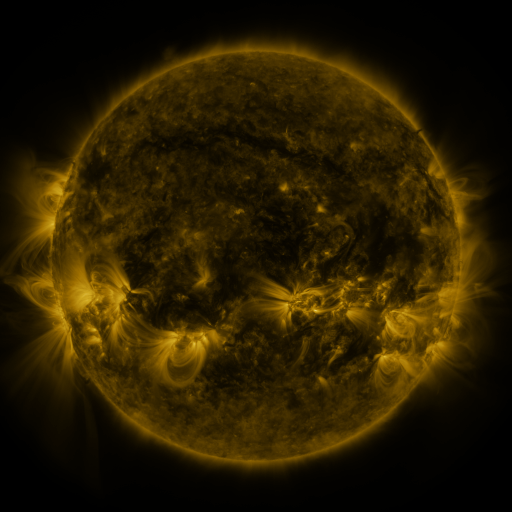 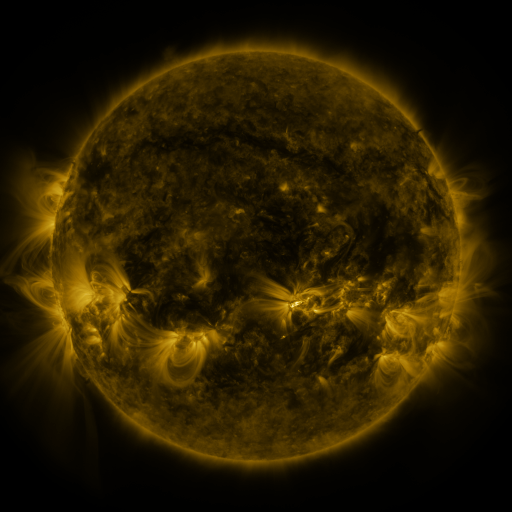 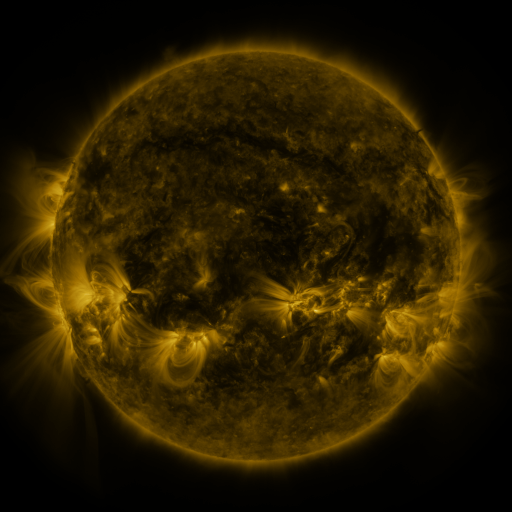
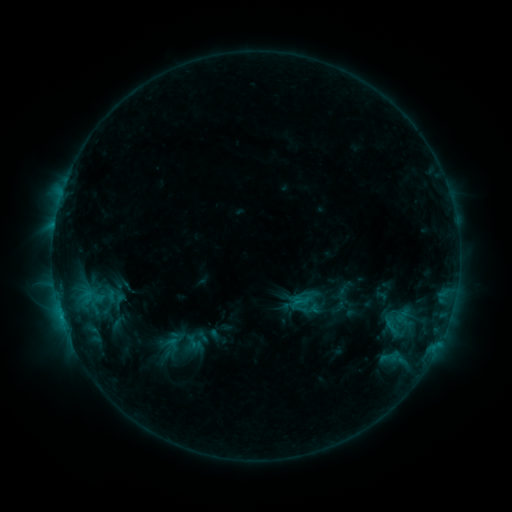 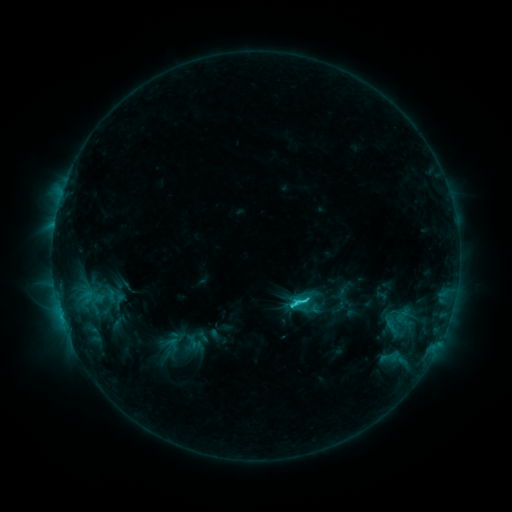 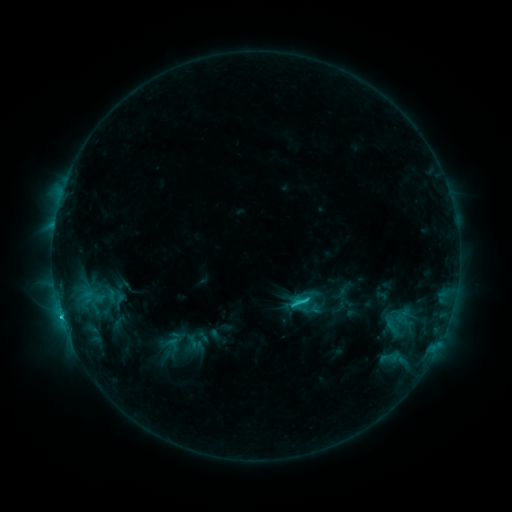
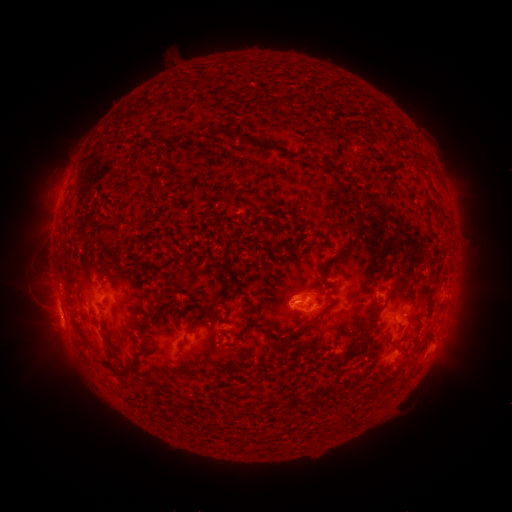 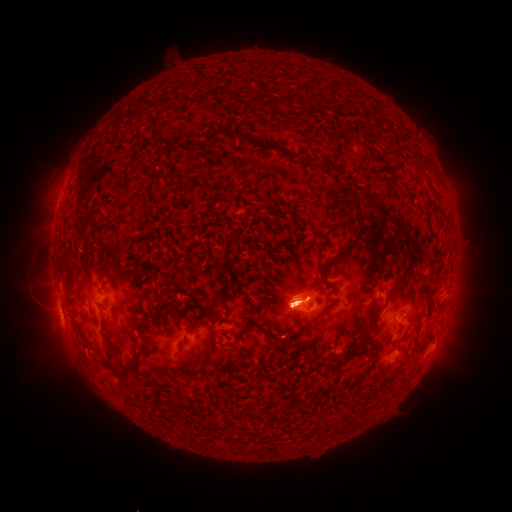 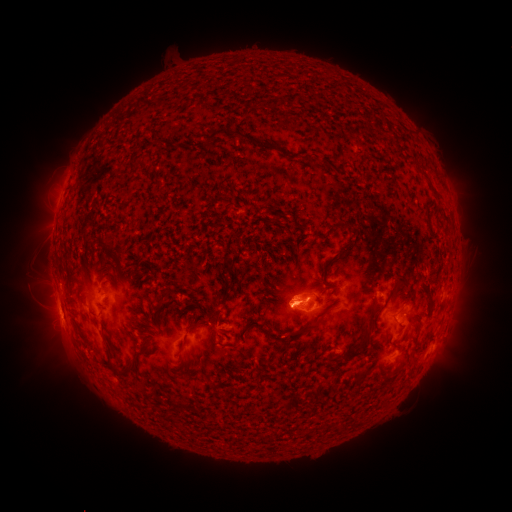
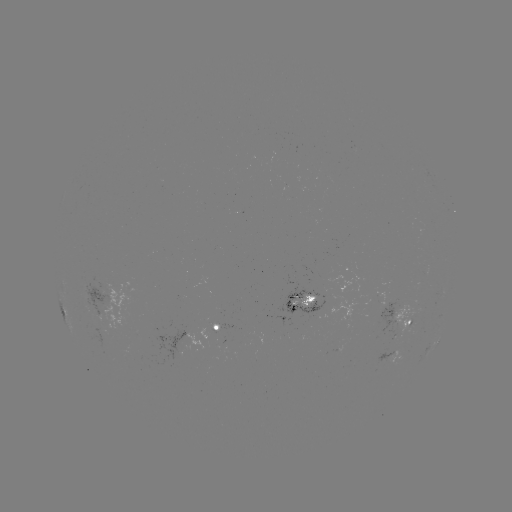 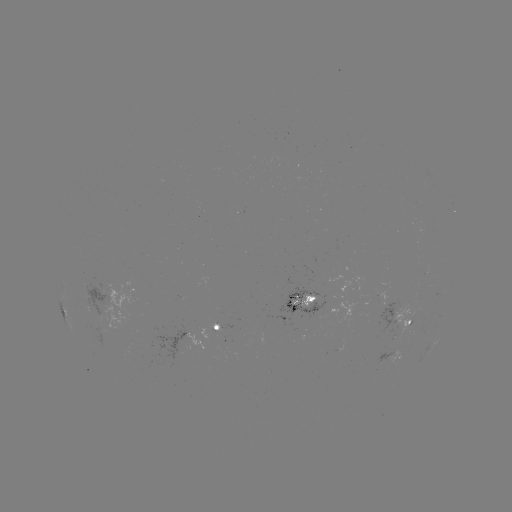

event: flare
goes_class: C3.3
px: (293, 302)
